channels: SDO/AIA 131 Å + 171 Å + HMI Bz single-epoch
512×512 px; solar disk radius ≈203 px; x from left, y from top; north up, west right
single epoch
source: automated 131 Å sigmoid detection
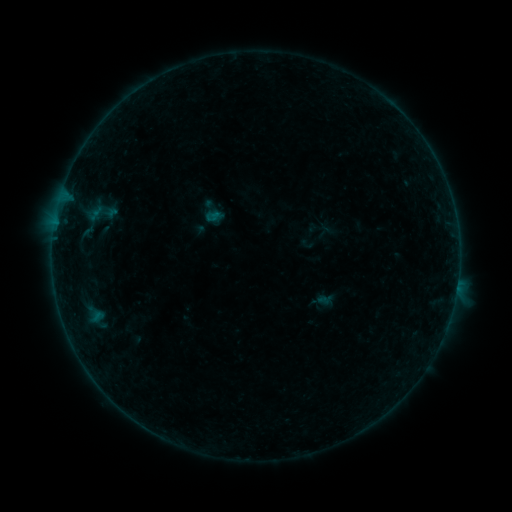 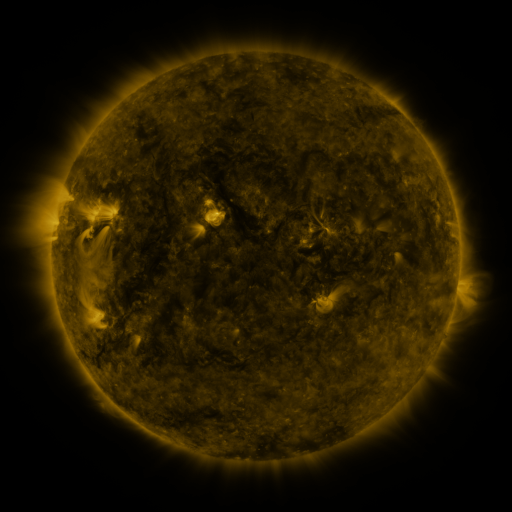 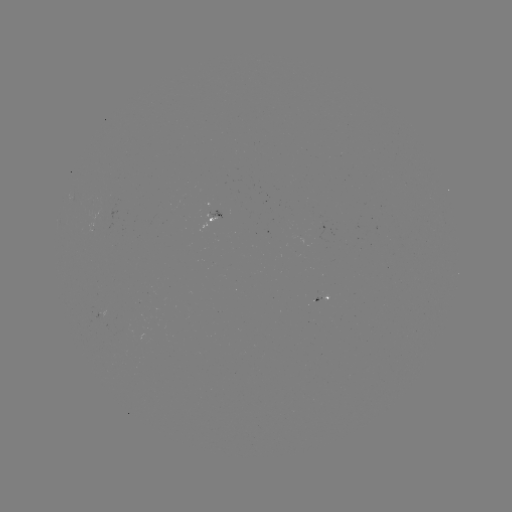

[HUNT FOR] sigmoid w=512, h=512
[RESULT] [100, 213]